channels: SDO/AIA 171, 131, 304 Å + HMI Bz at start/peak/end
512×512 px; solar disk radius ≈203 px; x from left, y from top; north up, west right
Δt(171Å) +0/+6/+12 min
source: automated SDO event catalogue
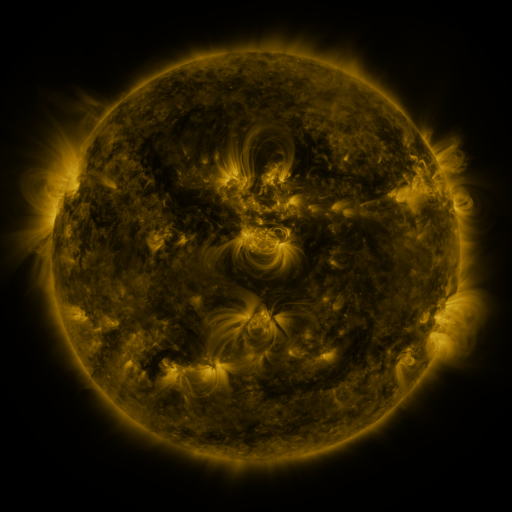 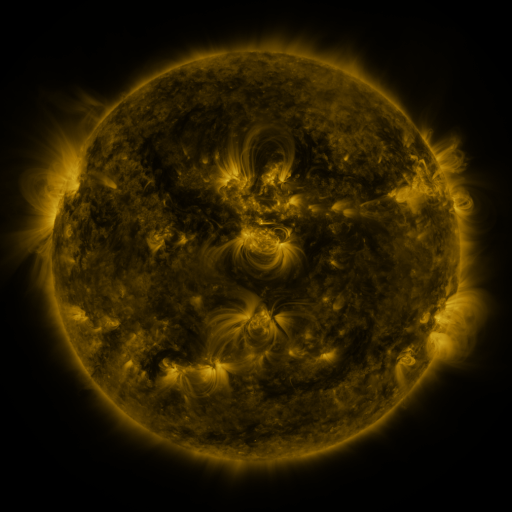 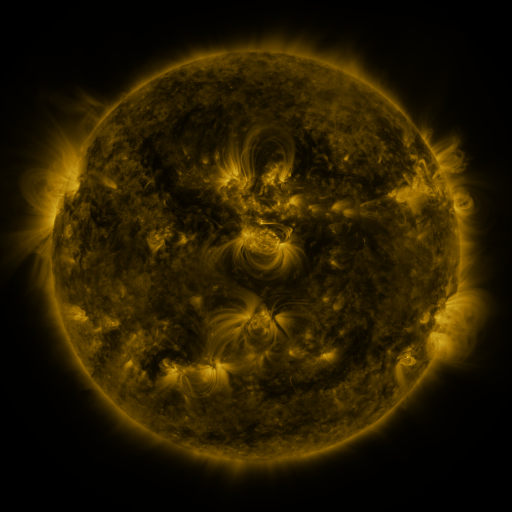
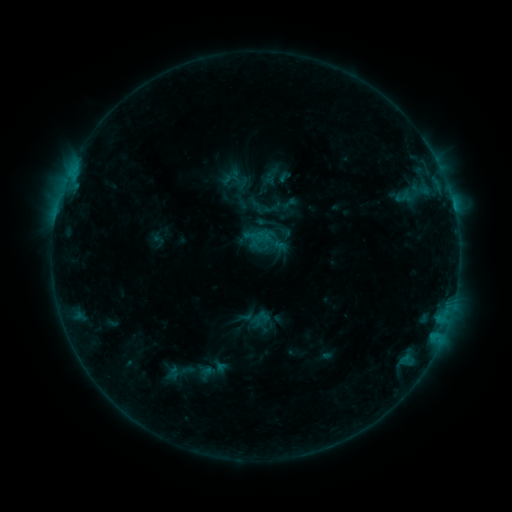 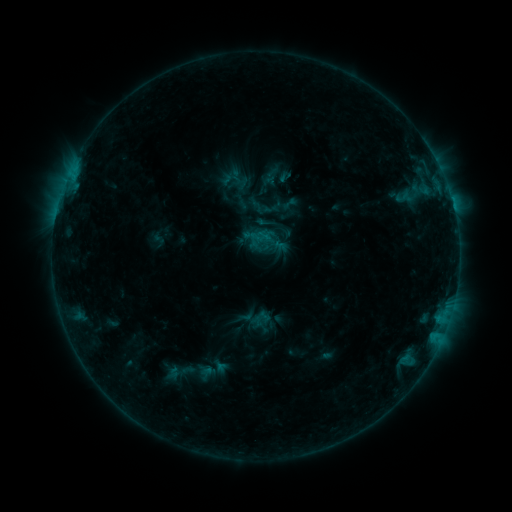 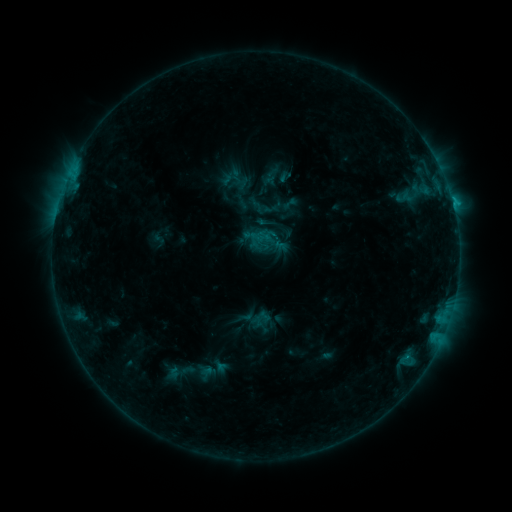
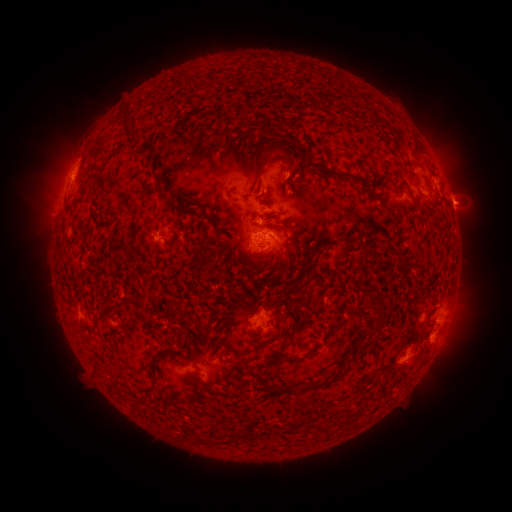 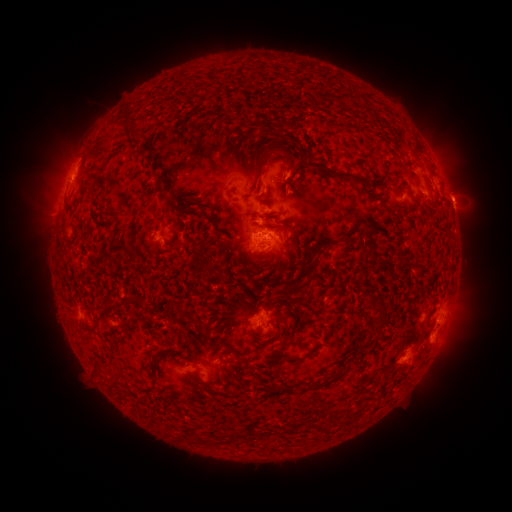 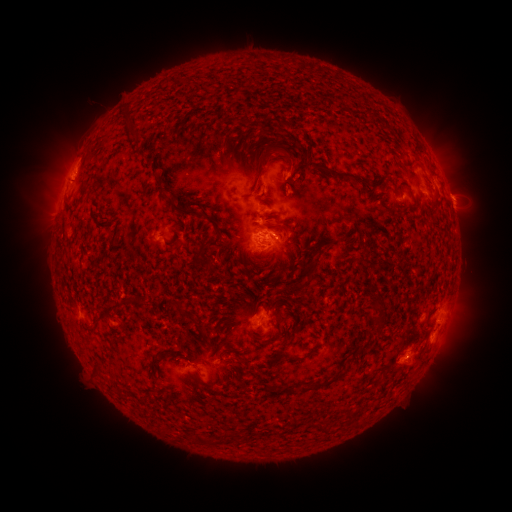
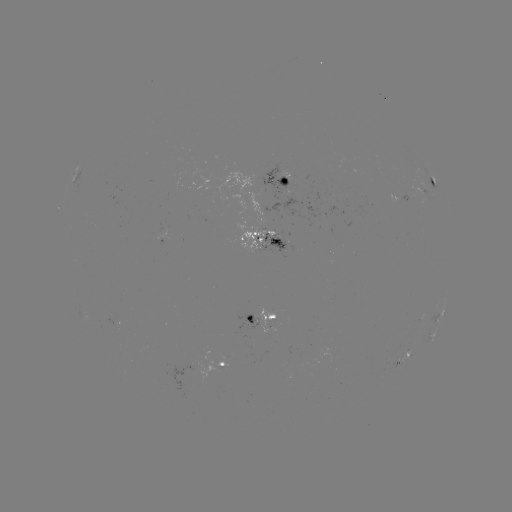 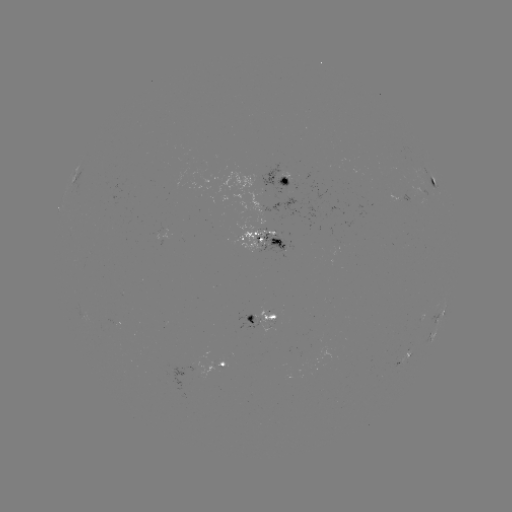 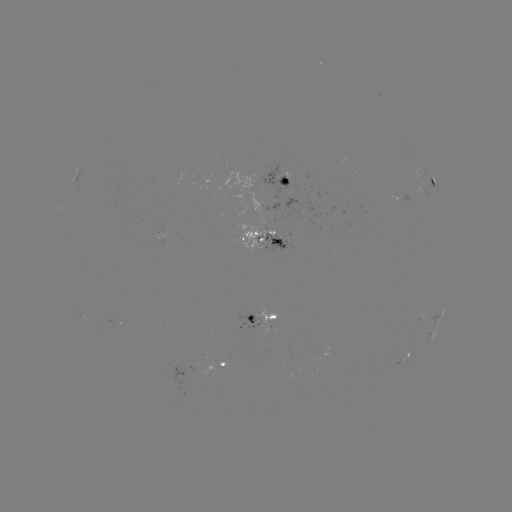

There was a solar eruption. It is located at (462, 198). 